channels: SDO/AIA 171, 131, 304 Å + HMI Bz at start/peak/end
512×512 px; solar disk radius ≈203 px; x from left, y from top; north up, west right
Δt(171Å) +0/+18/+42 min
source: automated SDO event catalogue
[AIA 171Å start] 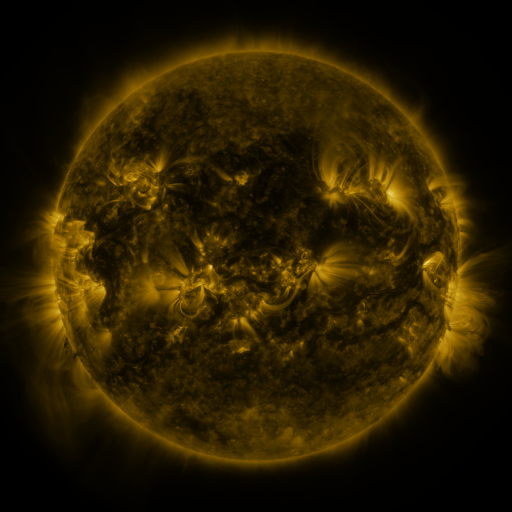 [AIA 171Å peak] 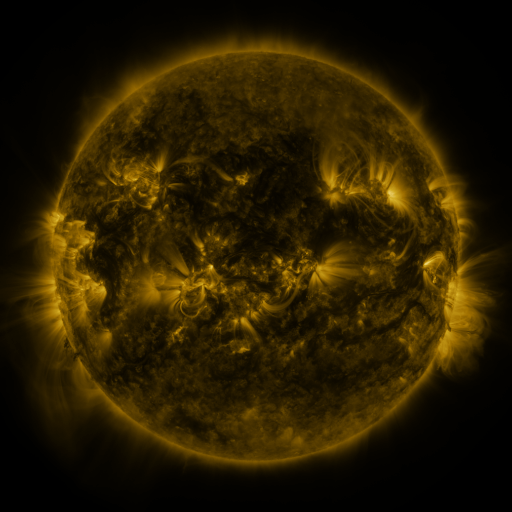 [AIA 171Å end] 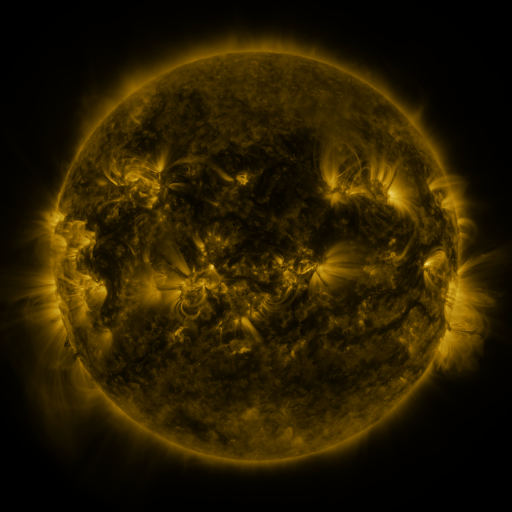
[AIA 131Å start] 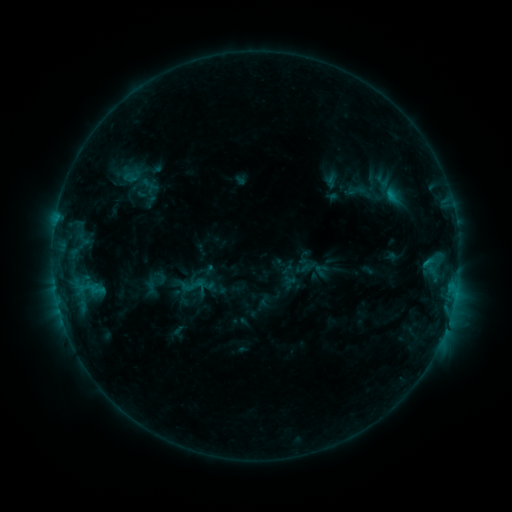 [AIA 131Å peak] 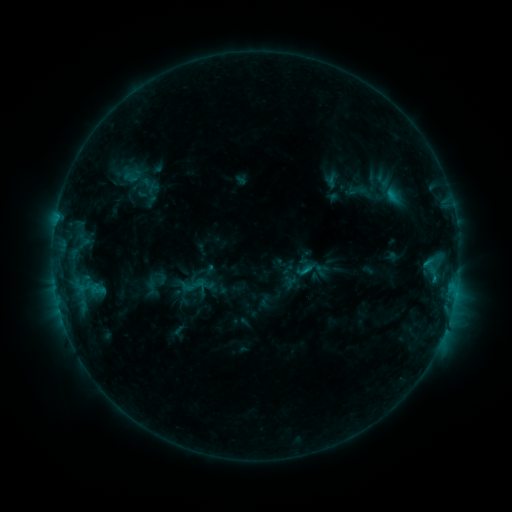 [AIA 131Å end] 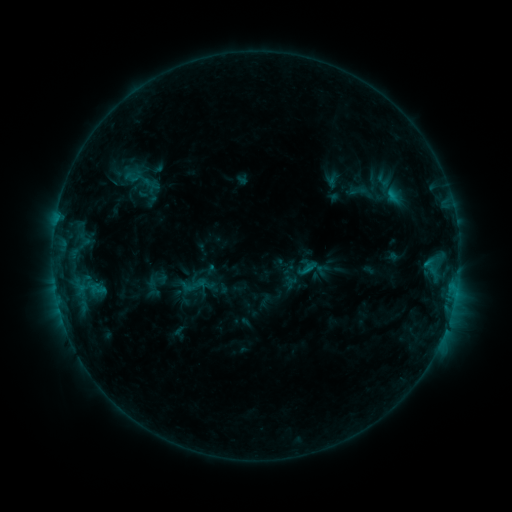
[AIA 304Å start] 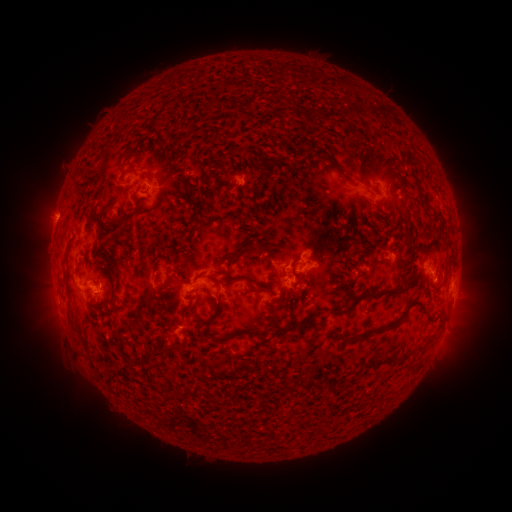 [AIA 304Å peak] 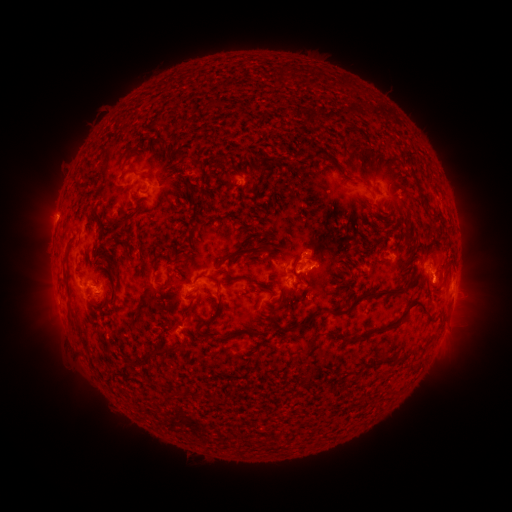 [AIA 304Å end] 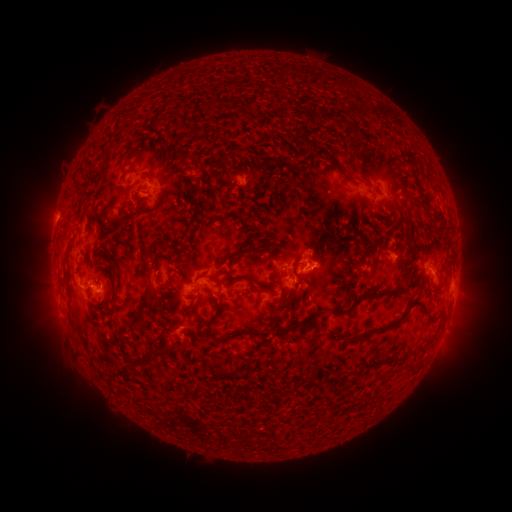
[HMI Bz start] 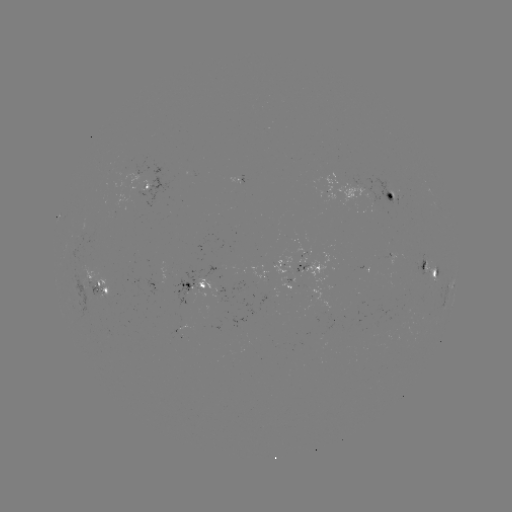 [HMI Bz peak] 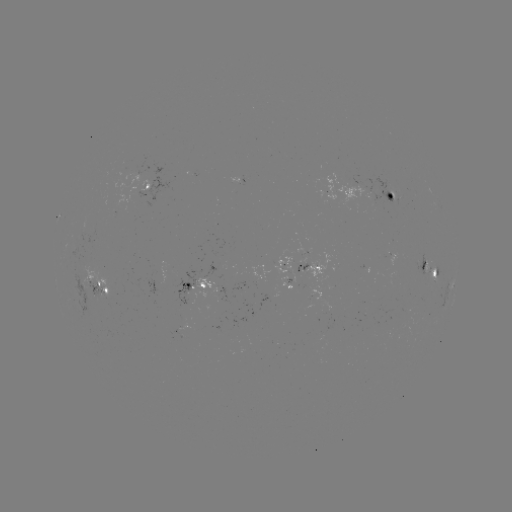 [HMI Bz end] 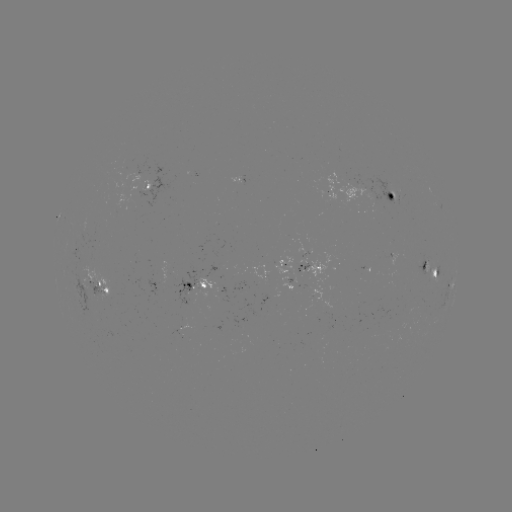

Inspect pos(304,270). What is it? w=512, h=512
C1.0 flare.